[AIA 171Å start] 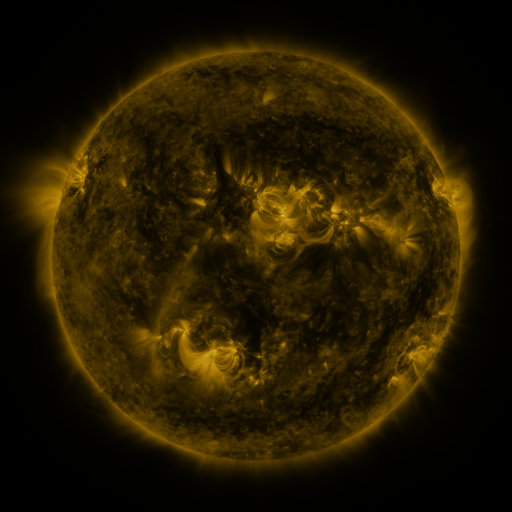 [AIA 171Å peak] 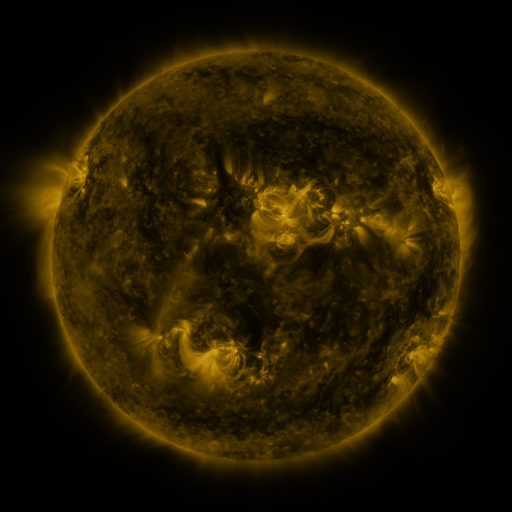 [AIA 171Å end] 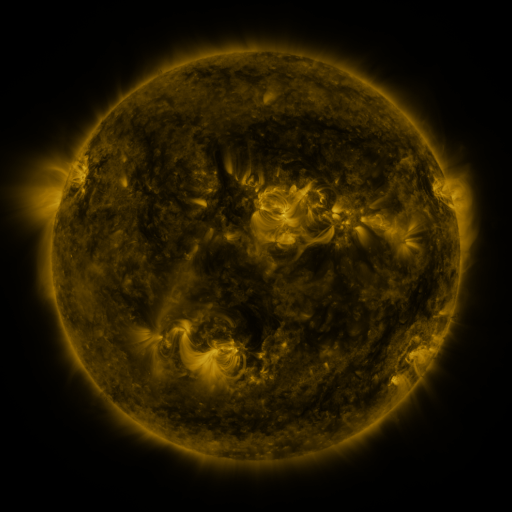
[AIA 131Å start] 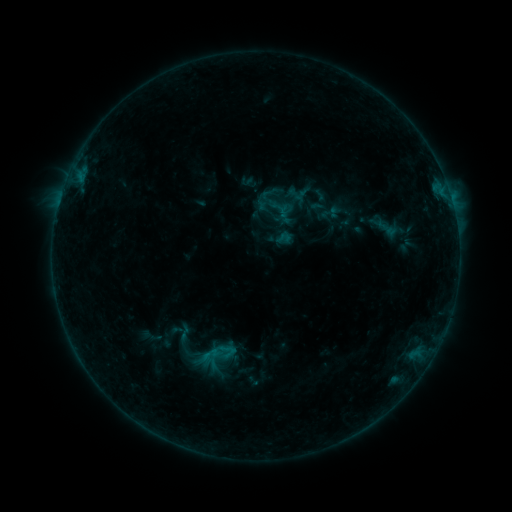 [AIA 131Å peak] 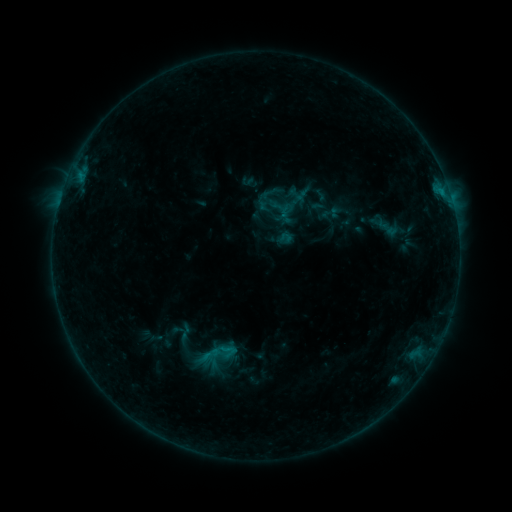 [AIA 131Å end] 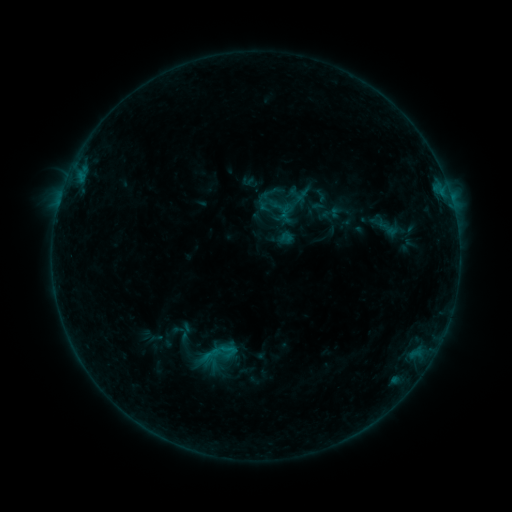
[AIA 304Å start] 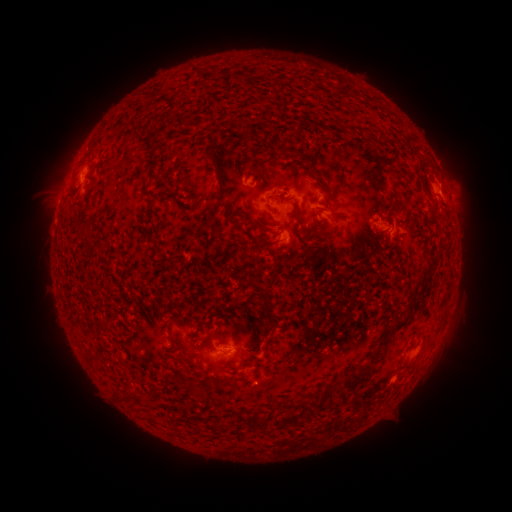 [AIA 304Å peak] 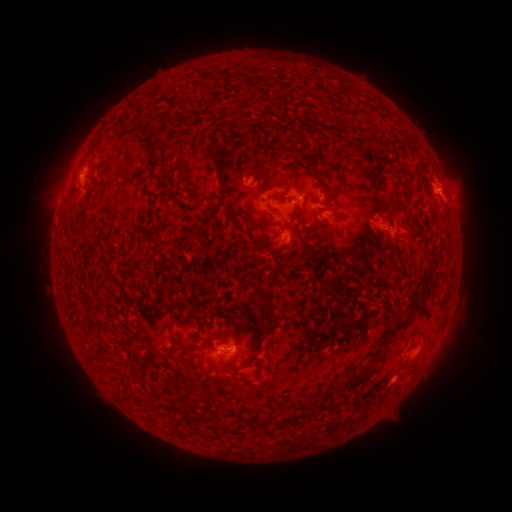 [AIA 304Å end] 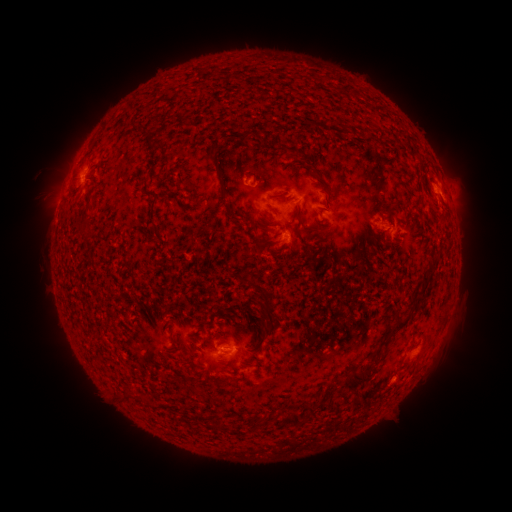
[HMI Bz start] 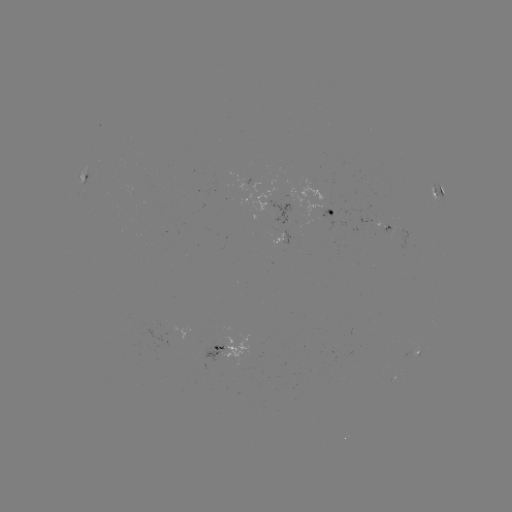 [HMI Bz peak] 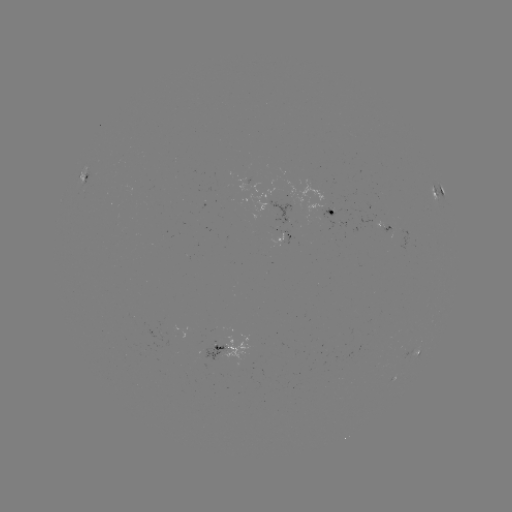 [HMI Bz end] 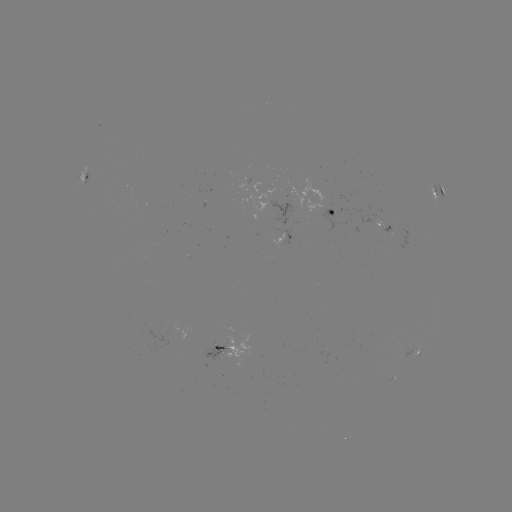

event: flare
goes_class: B5.4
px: (440, 194)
